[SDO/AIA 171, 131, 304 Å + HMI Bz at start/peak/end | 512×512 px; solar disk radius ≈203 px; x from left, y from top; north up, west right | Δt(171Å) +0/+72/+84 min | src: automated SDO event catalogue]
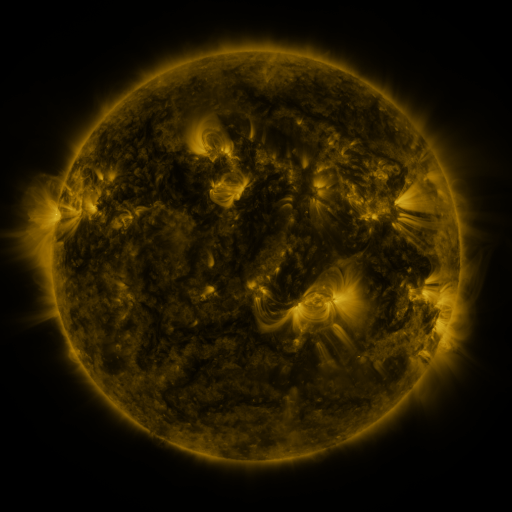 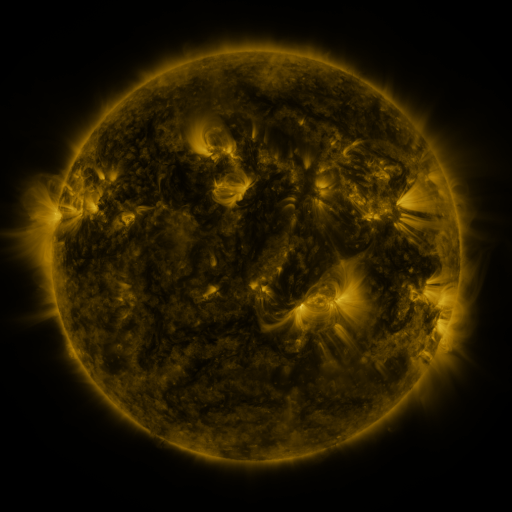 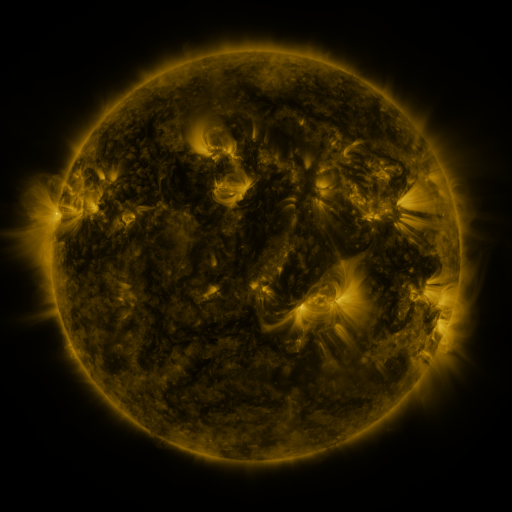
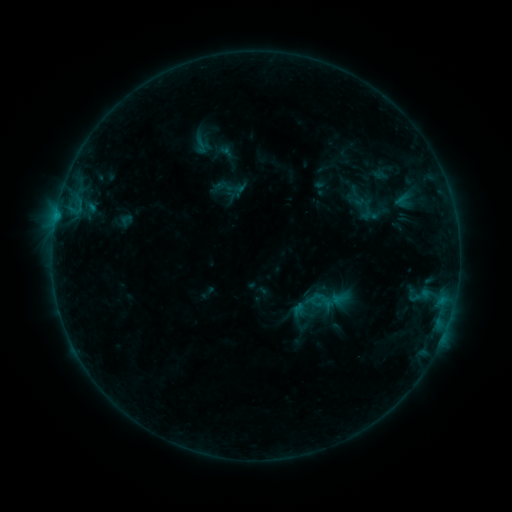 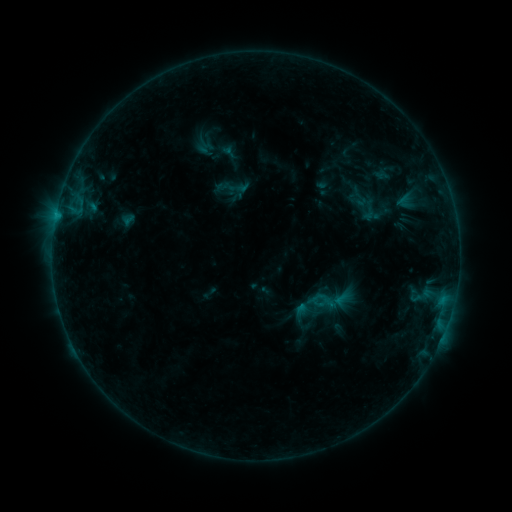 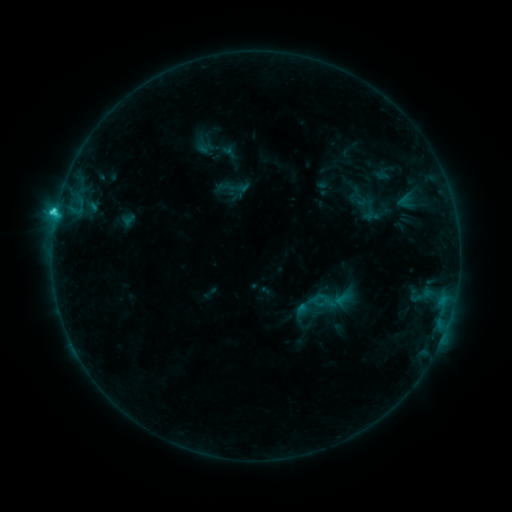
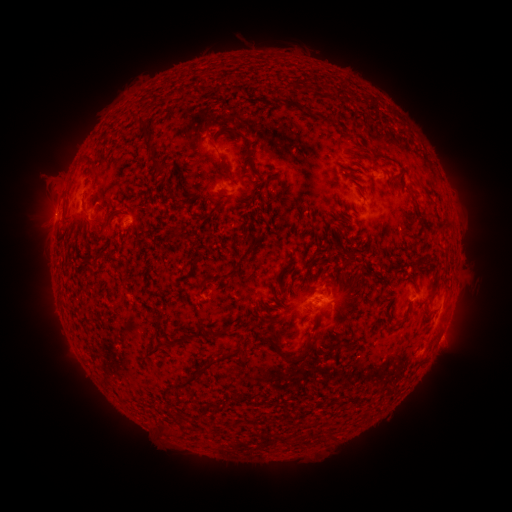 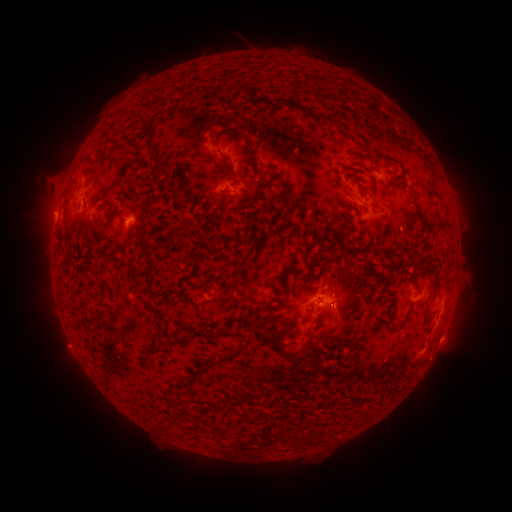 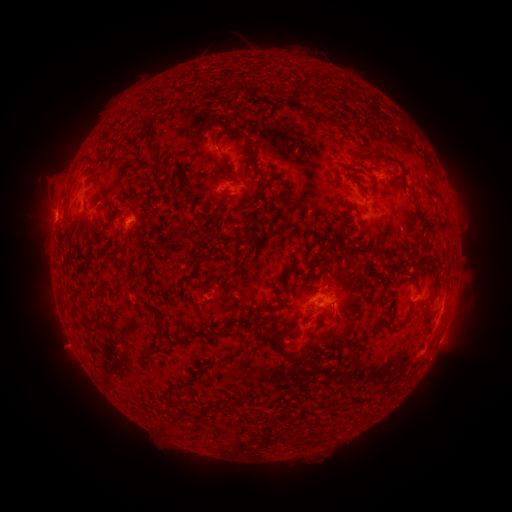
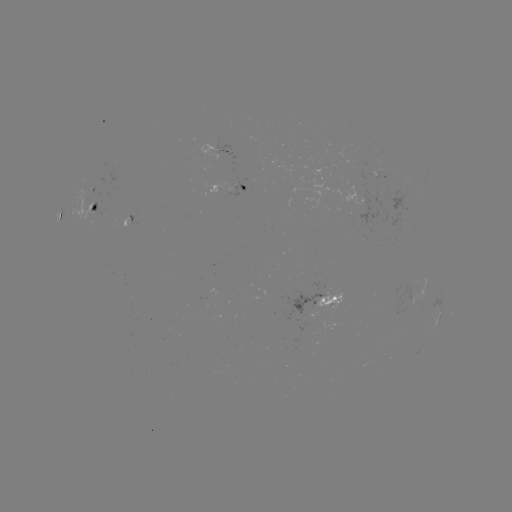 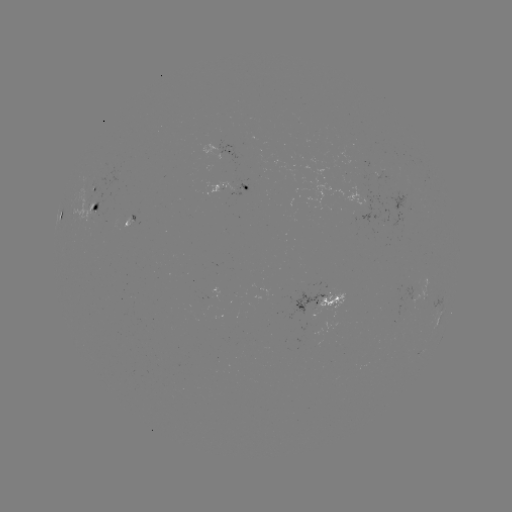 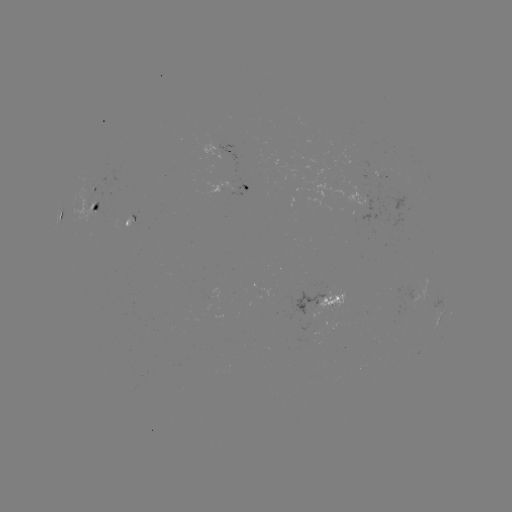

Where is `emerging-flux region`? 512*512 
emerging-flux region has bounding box [91, 202, 99, 215].